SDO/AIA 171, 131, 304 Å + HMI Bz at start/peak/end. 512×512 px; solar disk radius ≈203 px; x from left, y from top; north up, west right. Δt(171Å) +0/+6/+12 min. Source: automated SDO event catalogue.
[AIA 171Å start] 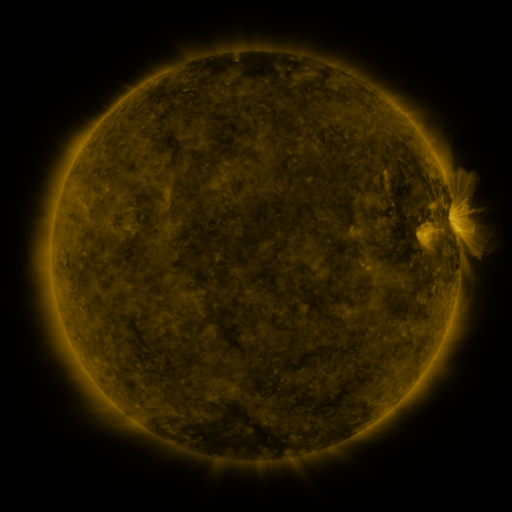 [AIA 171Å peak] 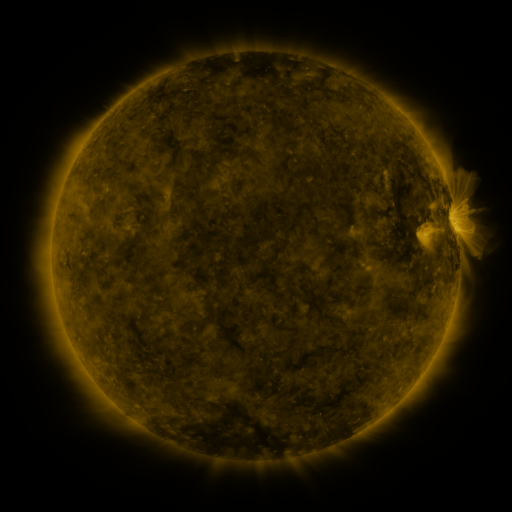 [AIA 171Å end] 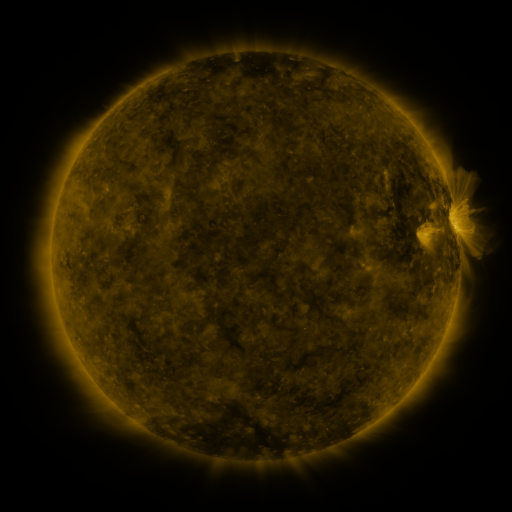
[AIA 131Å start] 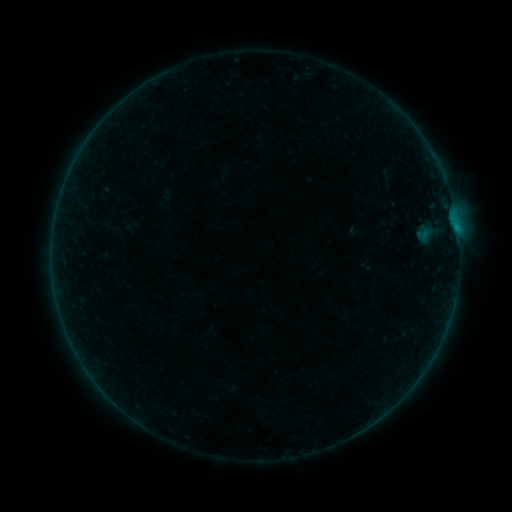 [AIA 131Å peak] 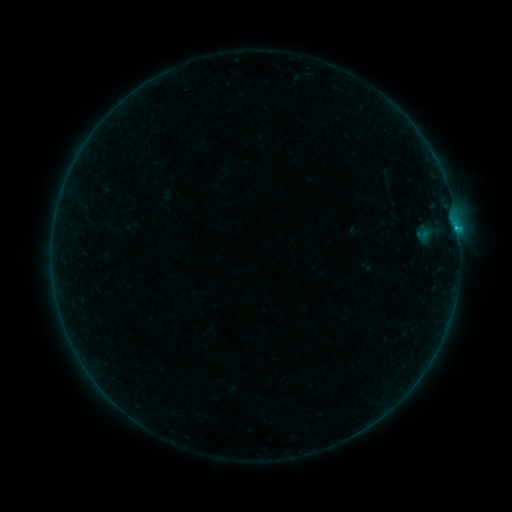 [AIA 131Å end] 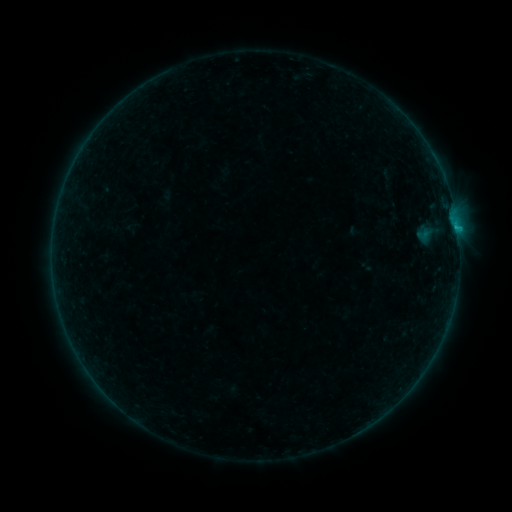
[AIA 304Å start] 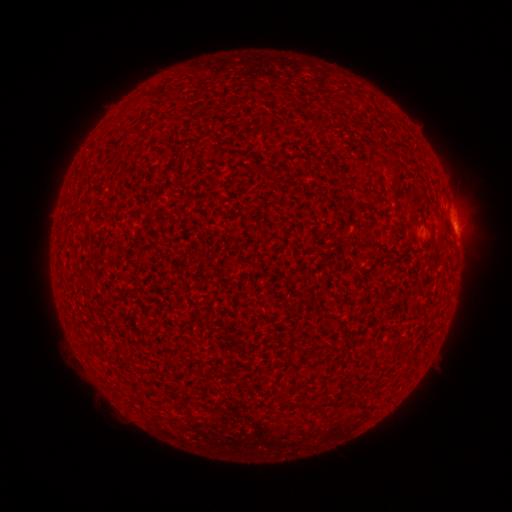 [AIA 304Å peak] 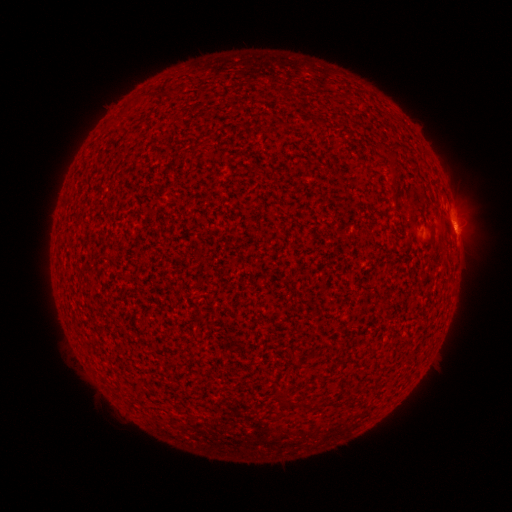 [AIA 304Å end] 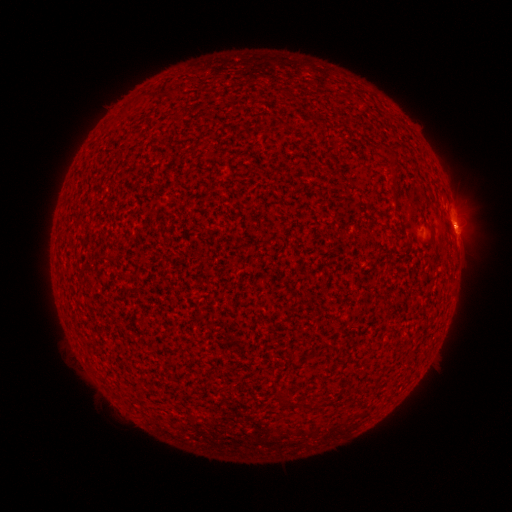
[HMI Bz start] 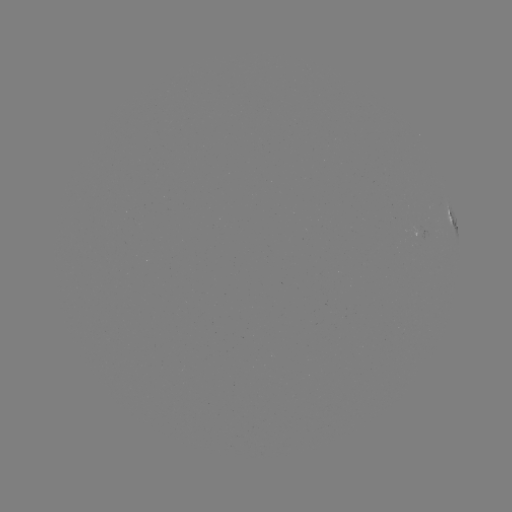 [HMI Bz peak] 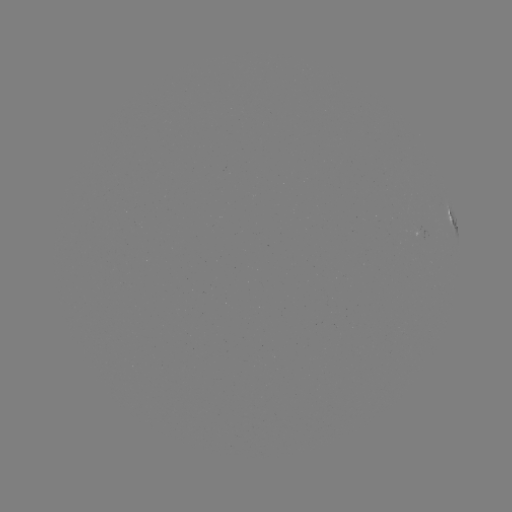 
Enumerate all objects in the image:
B4.3 flare: (456, 228)
